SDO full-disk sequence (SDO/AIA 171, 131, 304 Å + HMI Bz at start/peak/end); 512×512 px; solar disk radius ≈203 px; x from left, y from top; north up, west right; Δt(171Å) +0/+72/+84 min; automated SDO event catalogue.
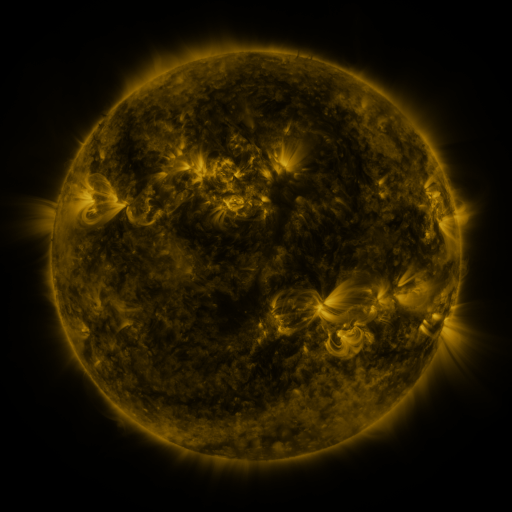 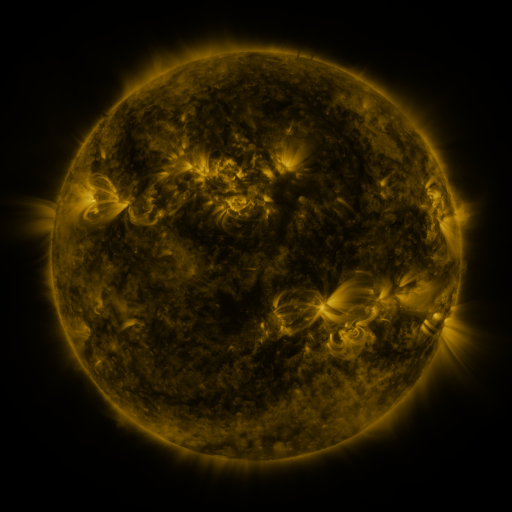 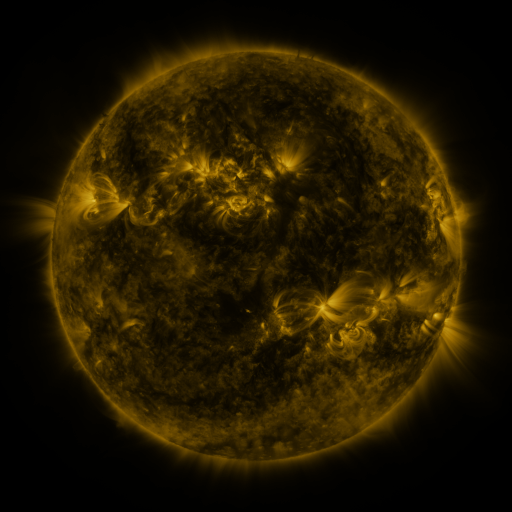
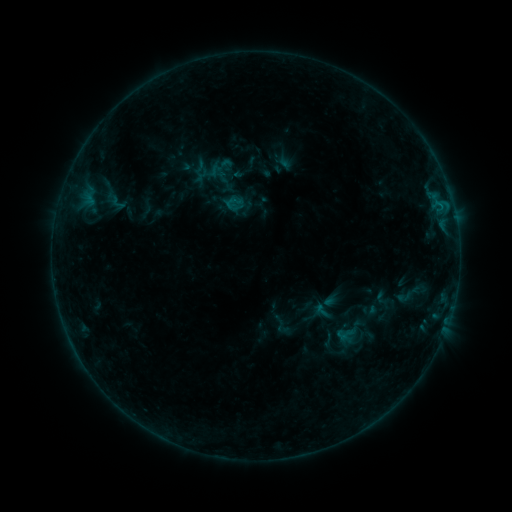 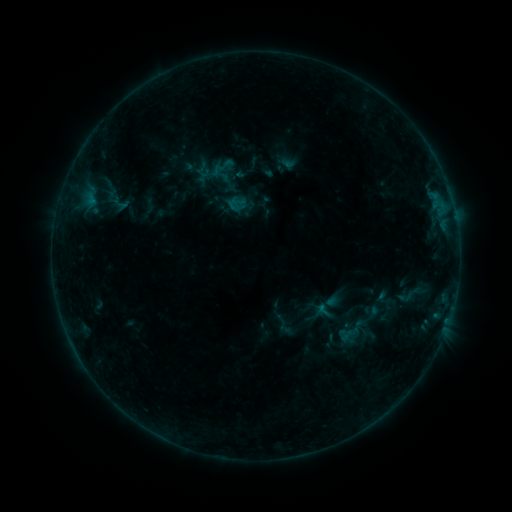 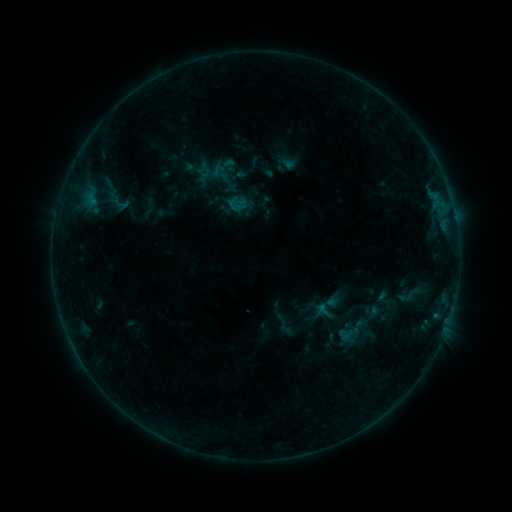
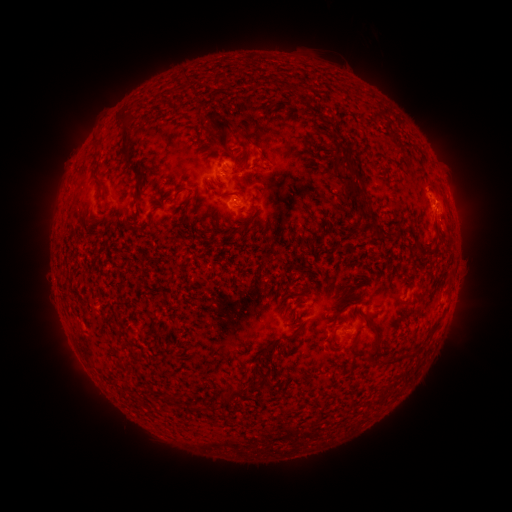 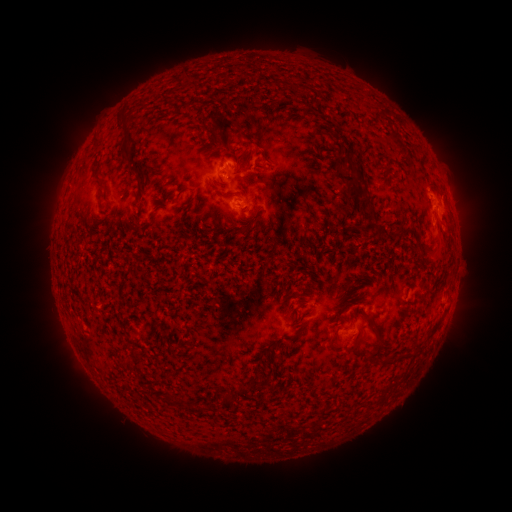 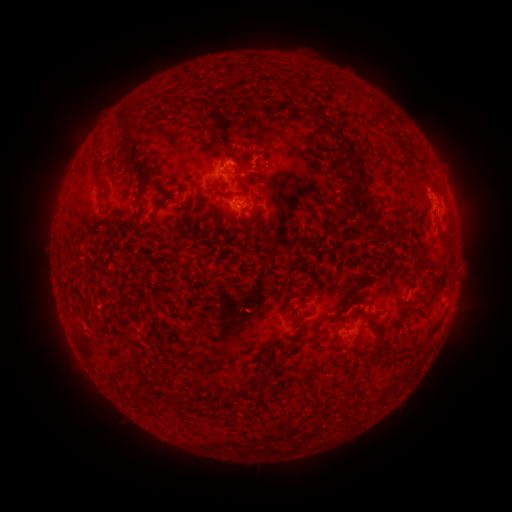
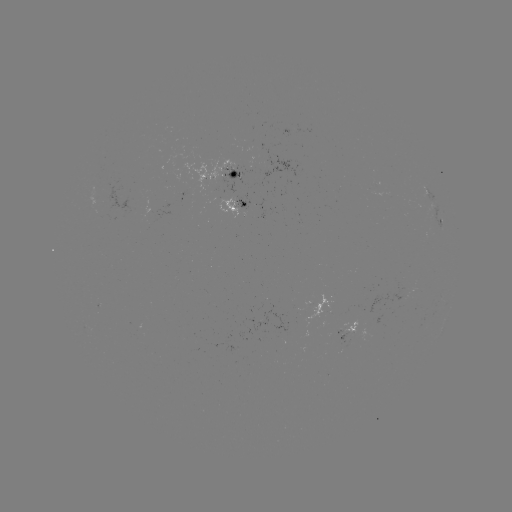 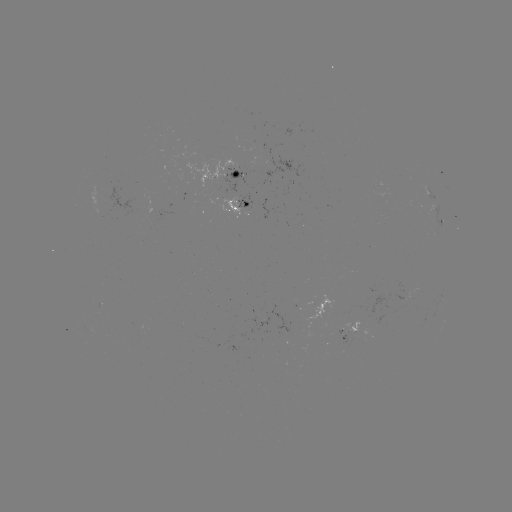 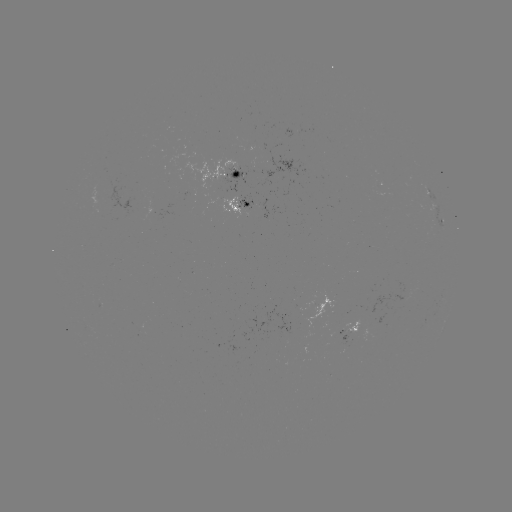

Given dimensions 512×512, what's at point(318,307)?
emerging-flux region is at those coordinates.